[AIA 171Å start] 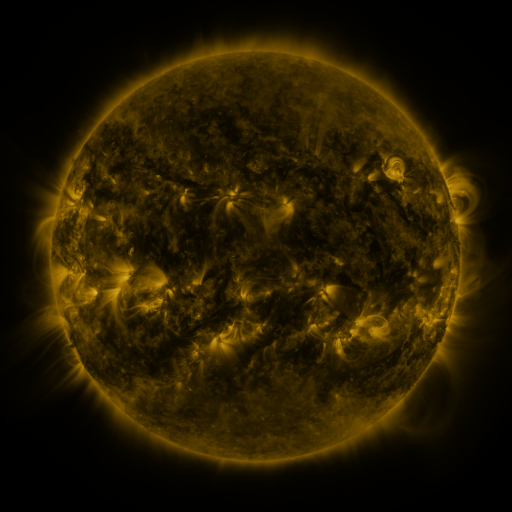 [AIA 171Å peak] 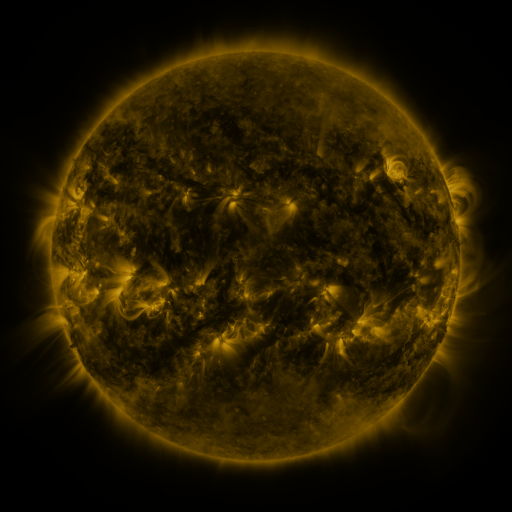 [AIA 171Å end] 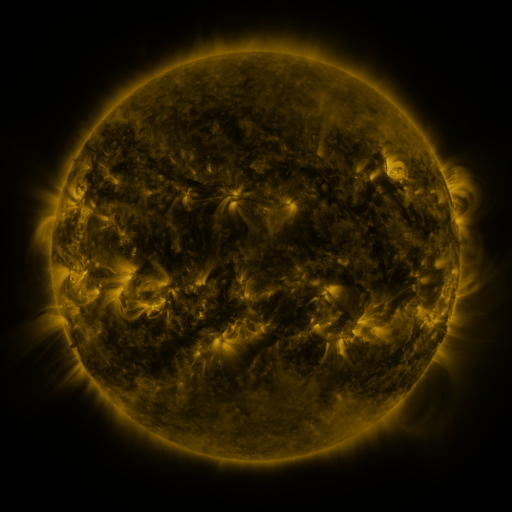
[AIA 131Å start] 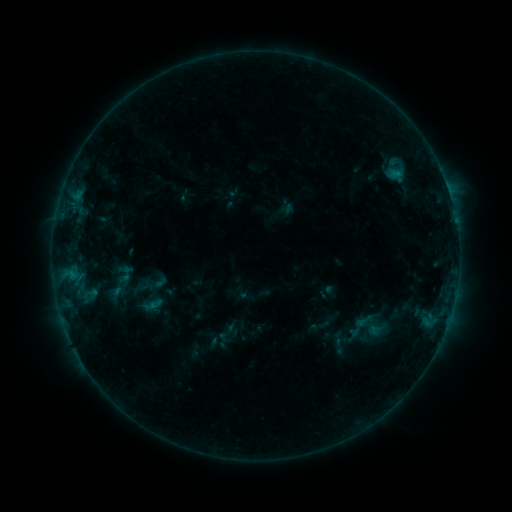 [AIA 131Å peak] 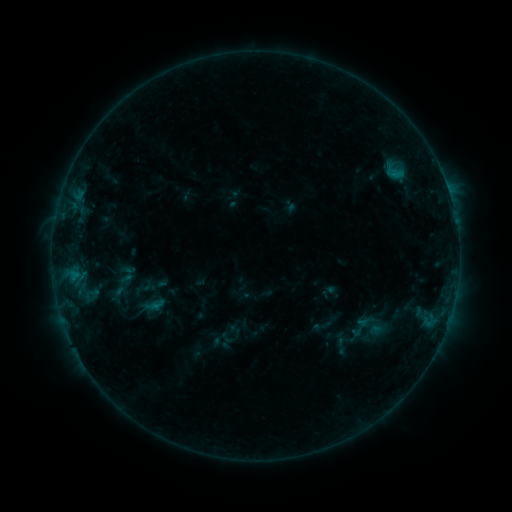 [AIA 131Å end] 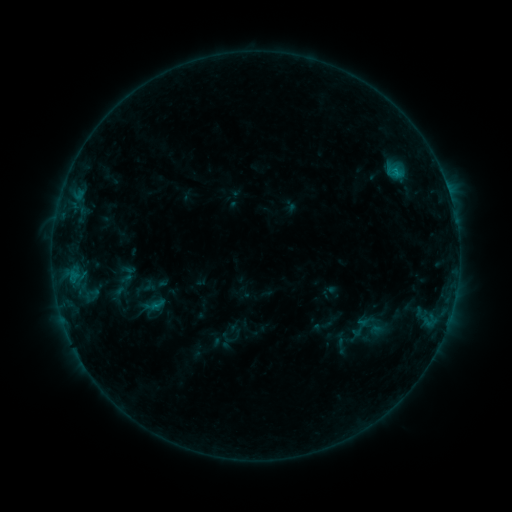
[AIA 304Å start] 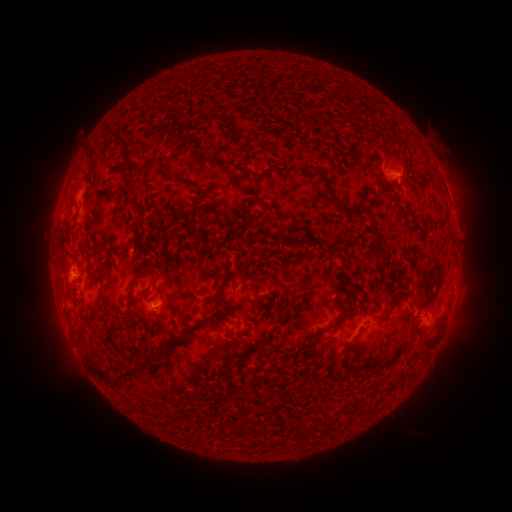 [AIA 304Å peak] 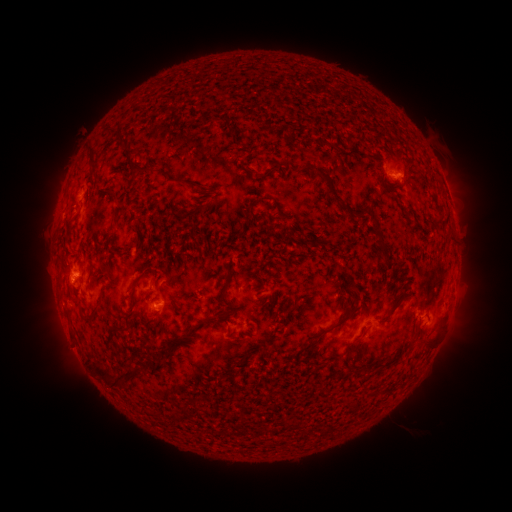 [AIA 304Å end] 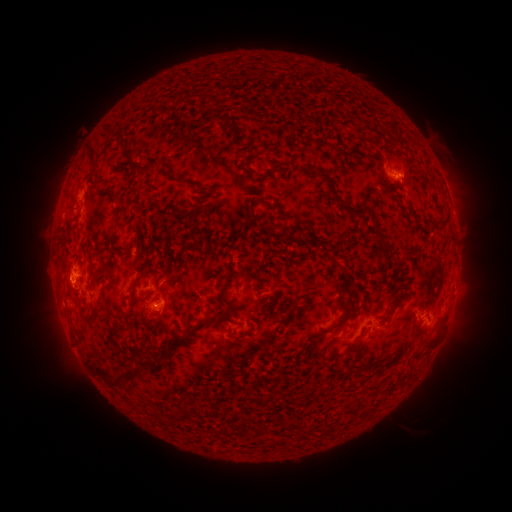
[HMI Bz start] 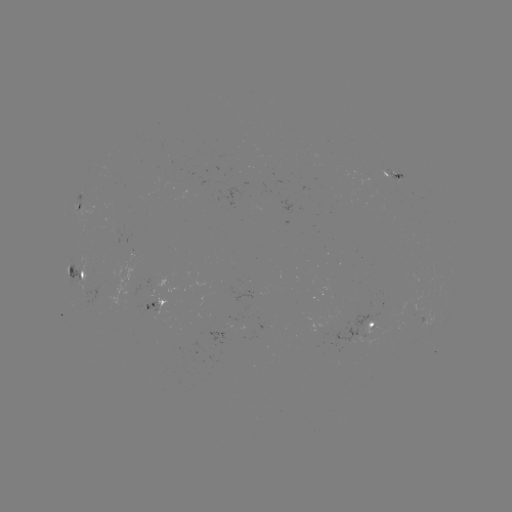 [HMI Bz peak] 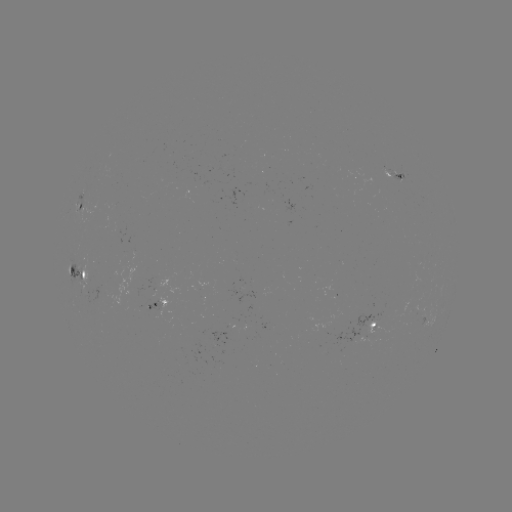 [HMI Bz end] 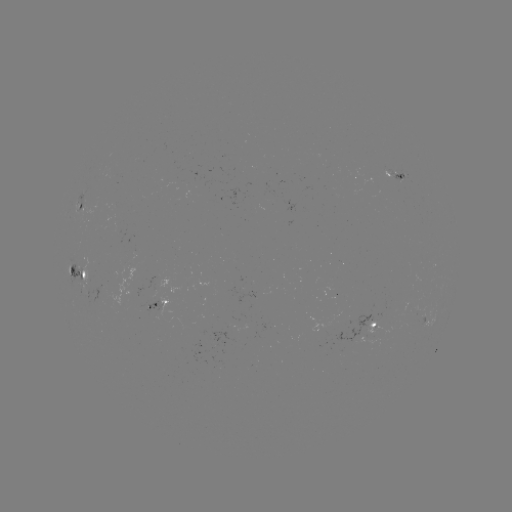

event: emerging-flux region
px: (385, 322)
